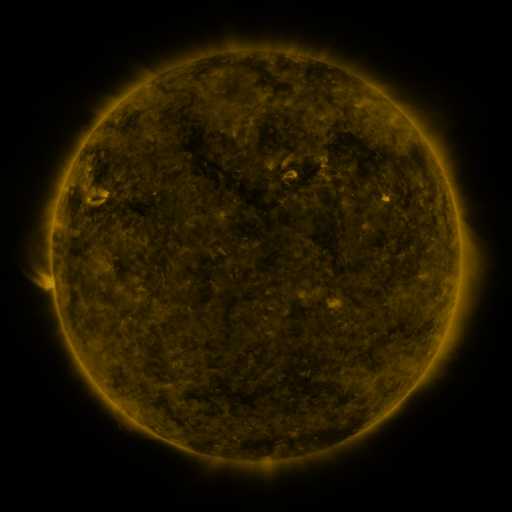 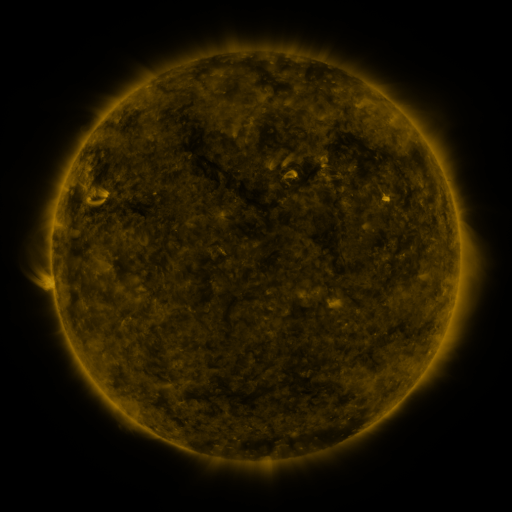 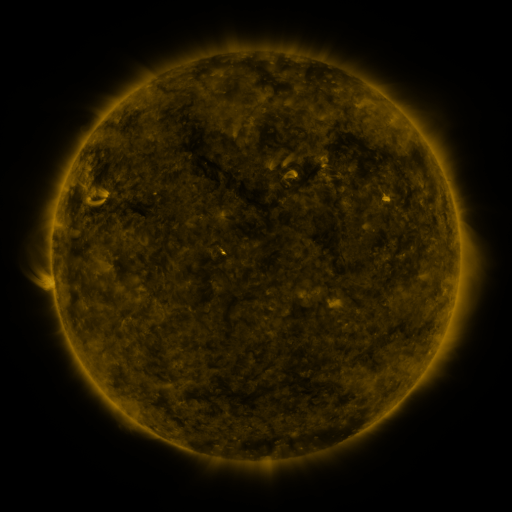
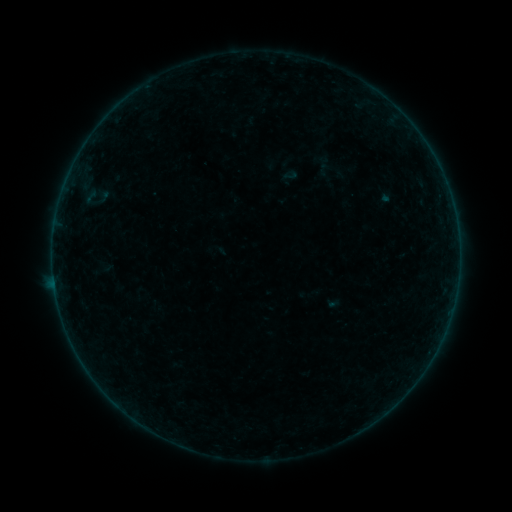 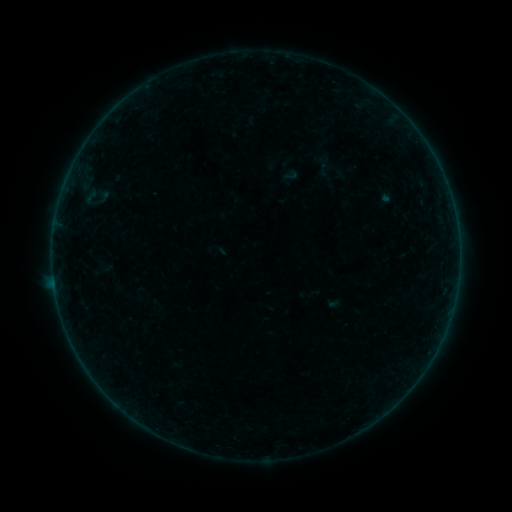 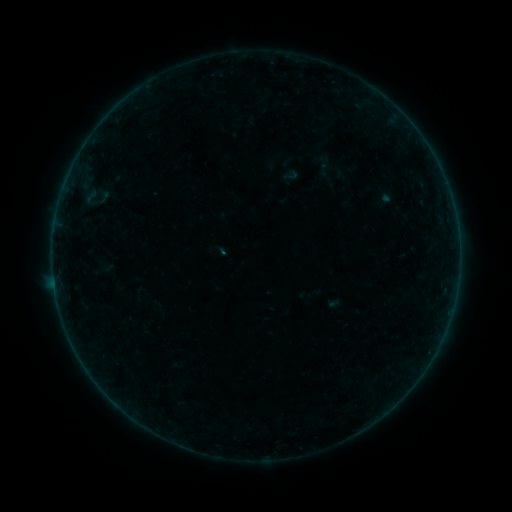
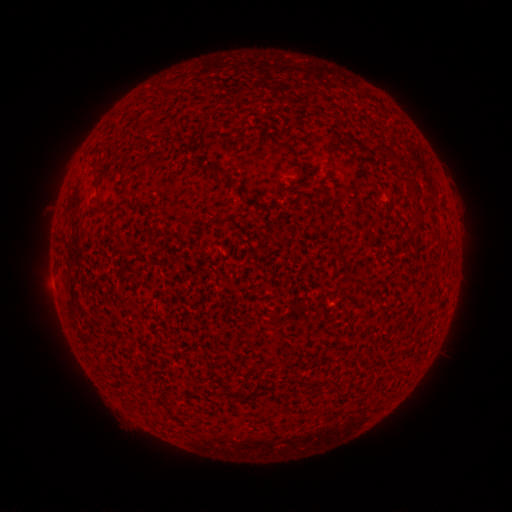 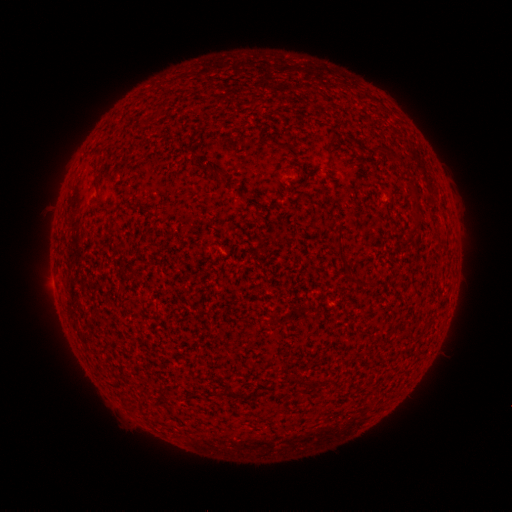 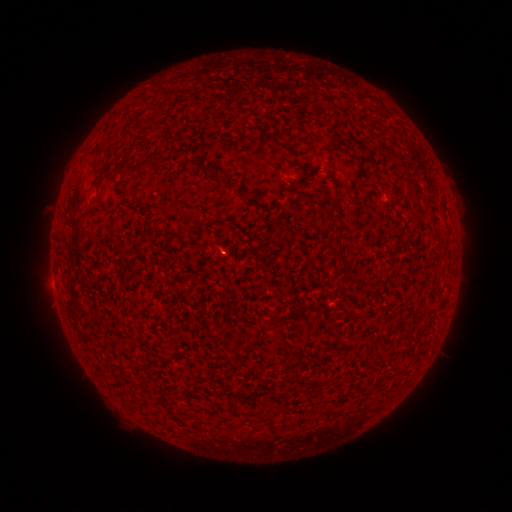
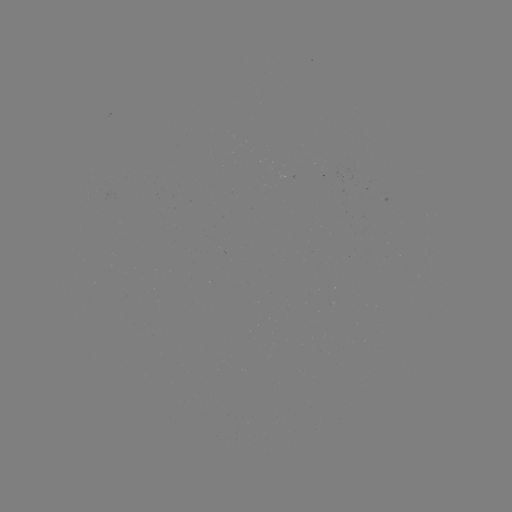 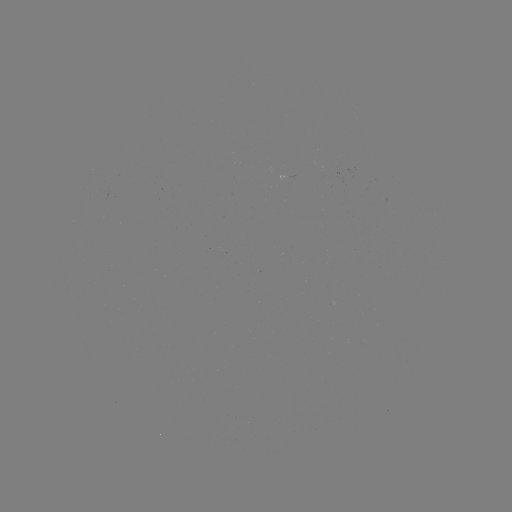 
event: flare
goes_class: B2.4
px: (55, 287)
